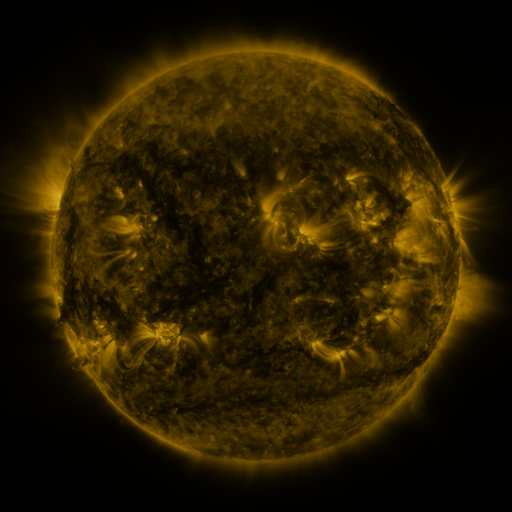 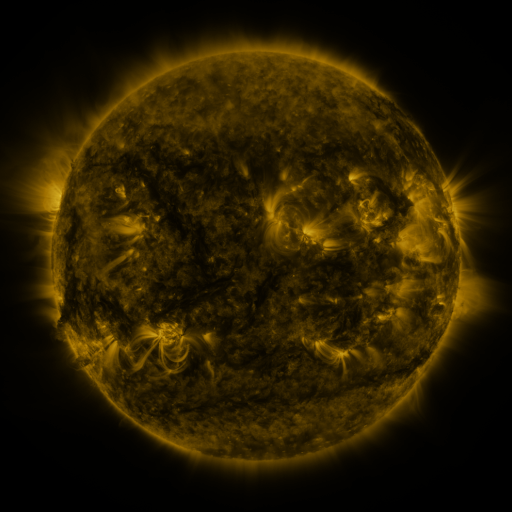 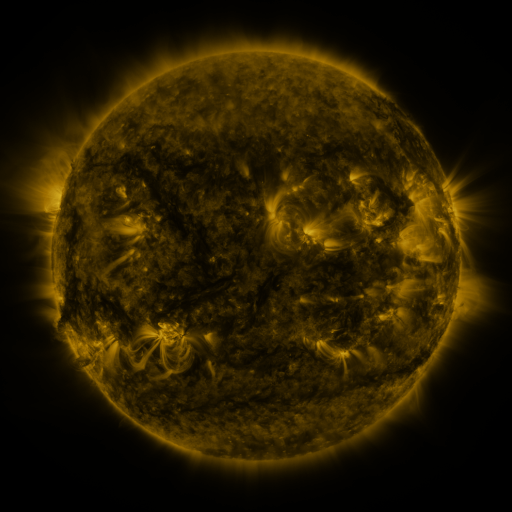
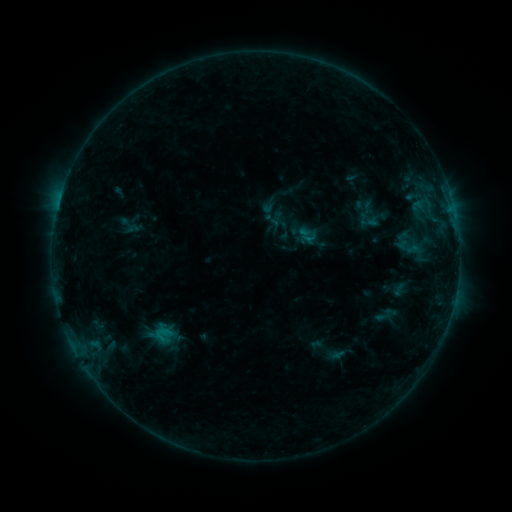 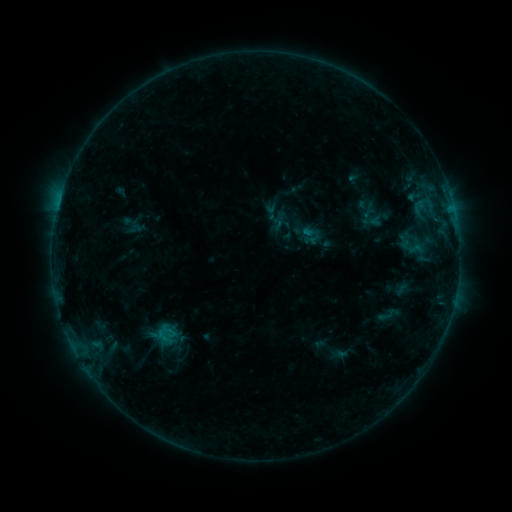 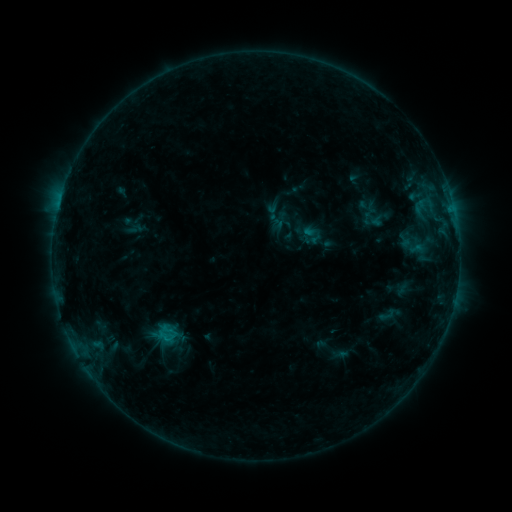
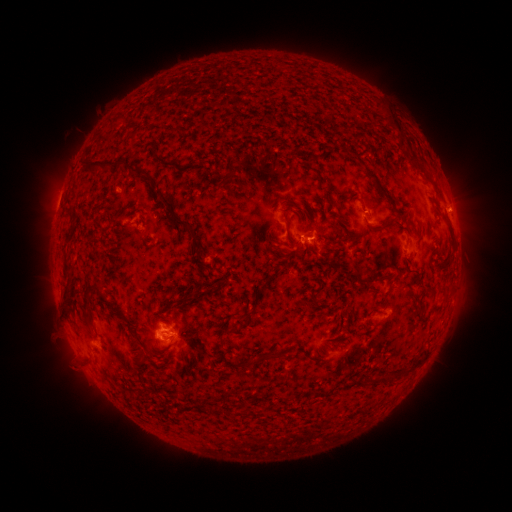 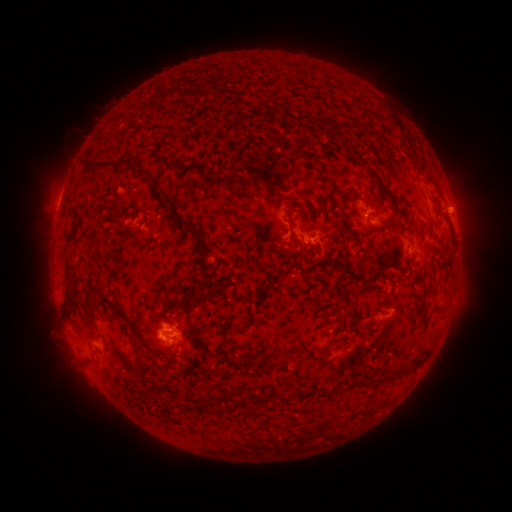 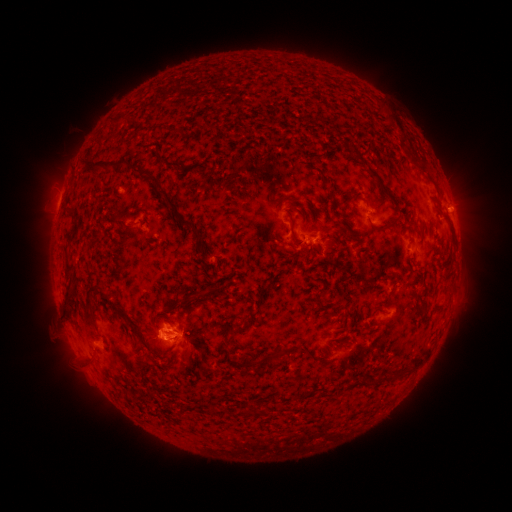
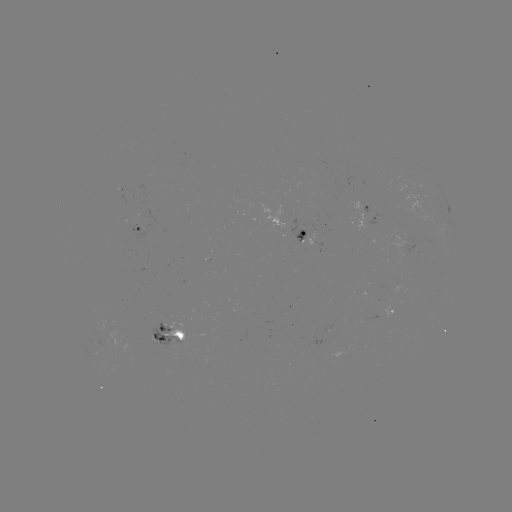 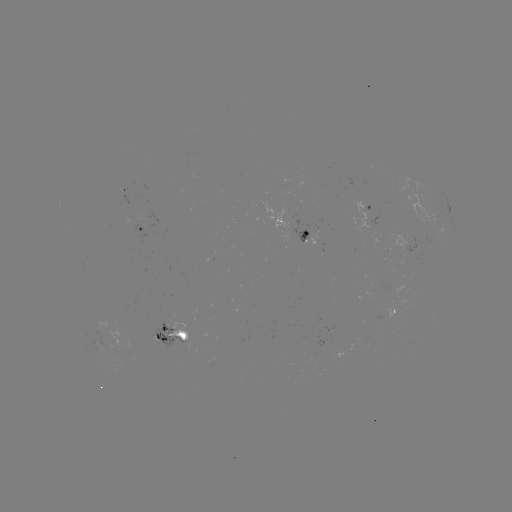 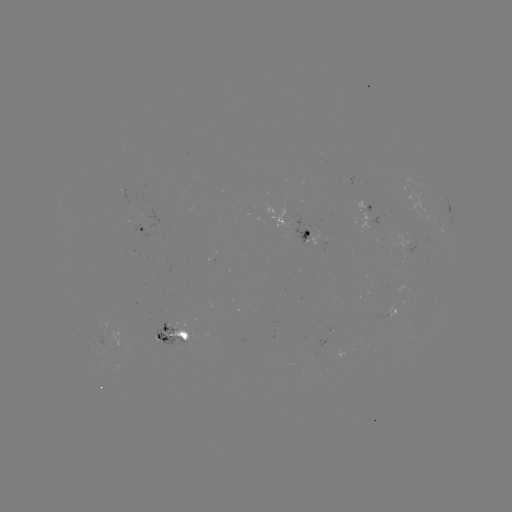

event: emerging-flux region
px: (394, 289)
